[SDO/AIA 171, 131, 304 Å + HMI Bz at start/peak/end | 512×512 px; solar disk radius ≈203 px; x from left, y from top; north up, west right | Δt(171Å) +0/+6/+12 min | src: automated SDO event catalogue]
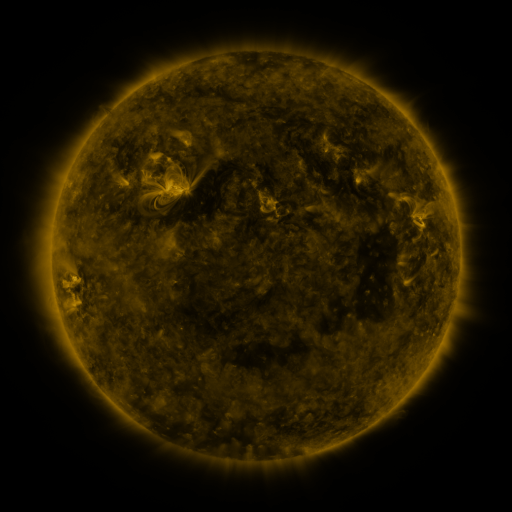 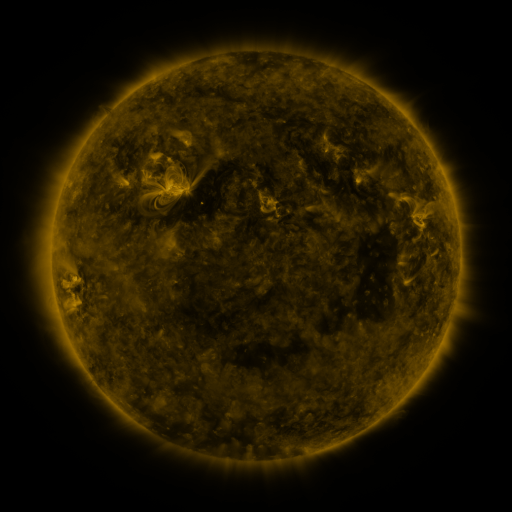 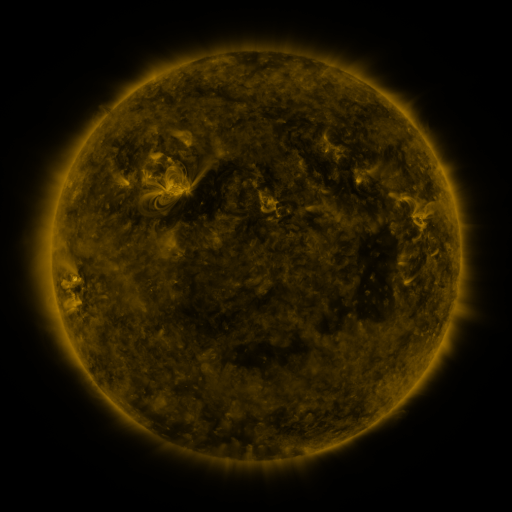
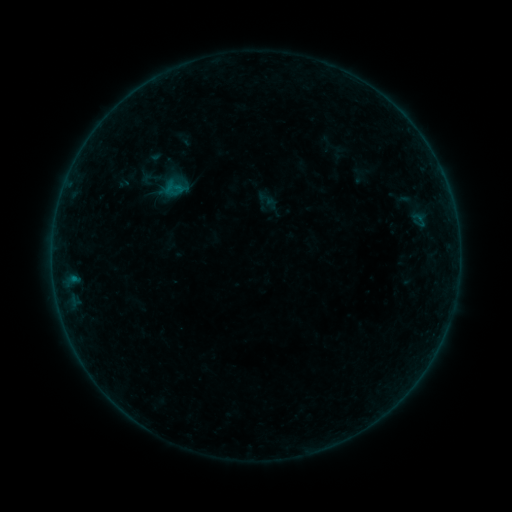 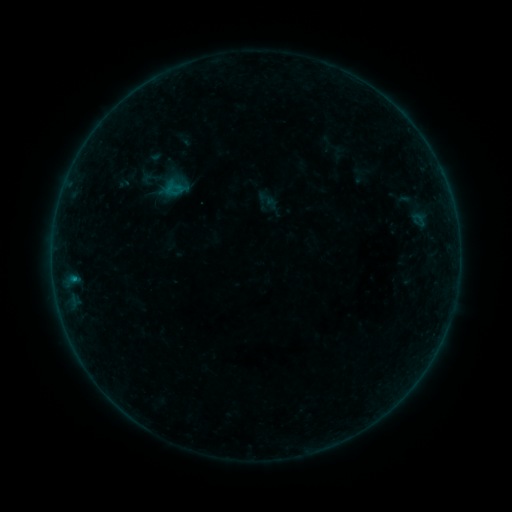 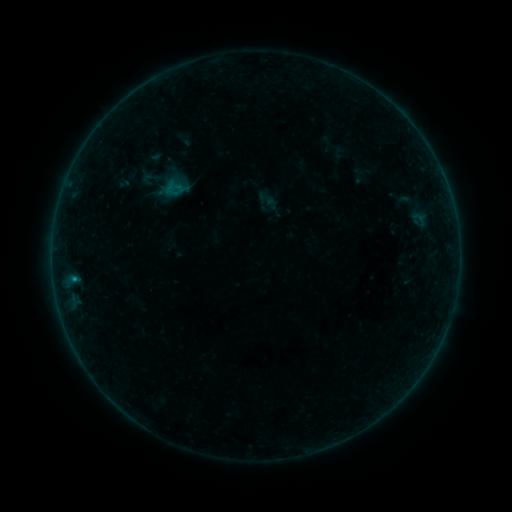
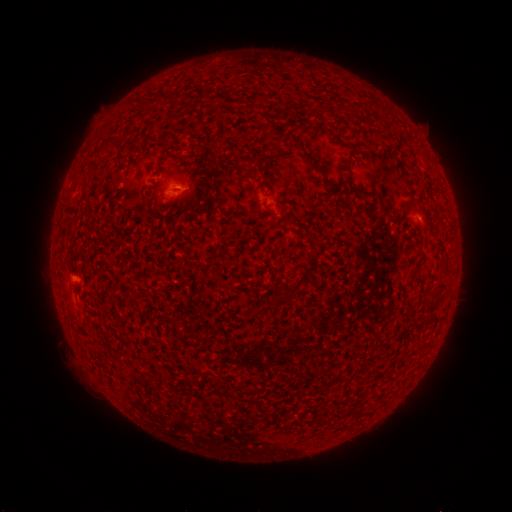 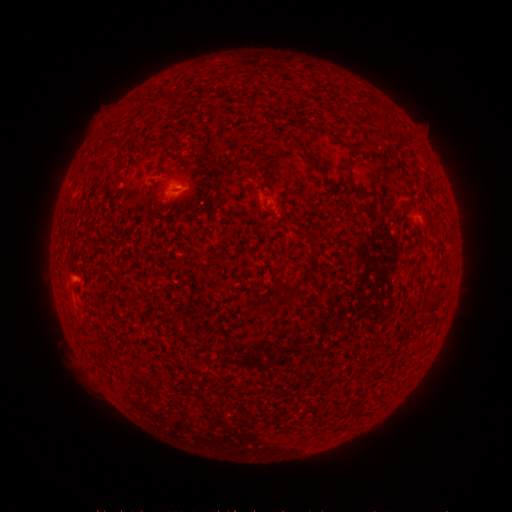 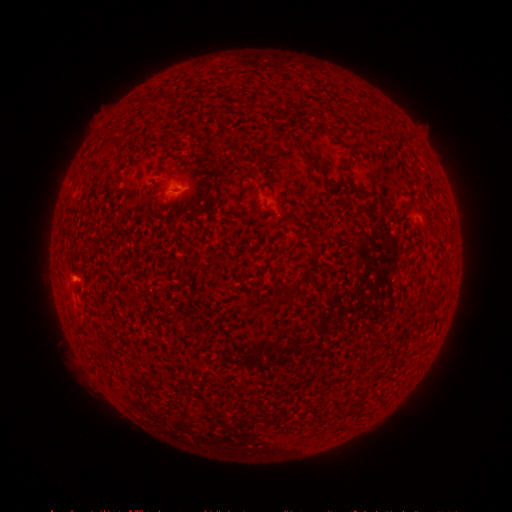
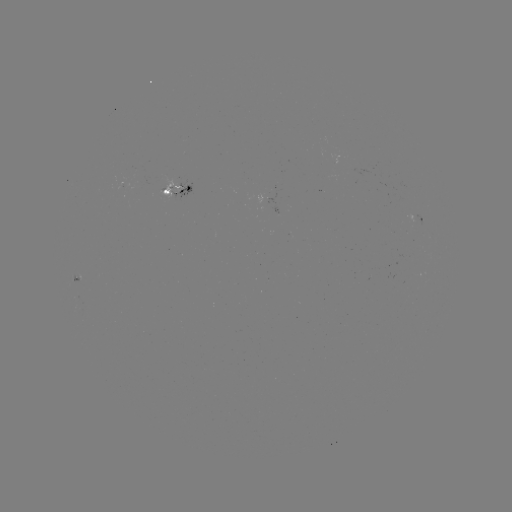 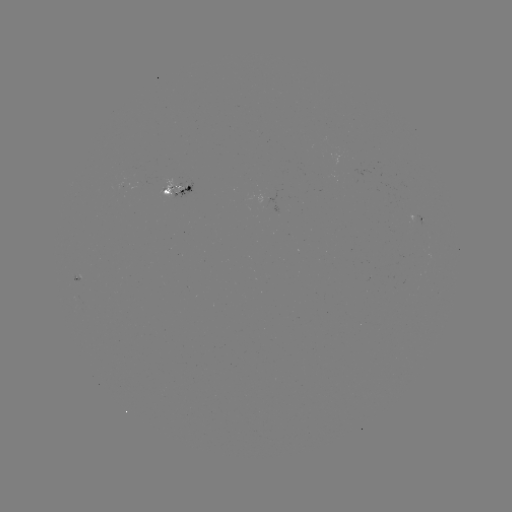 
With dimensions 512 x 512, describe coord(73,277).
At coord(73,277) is B2.5 flare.